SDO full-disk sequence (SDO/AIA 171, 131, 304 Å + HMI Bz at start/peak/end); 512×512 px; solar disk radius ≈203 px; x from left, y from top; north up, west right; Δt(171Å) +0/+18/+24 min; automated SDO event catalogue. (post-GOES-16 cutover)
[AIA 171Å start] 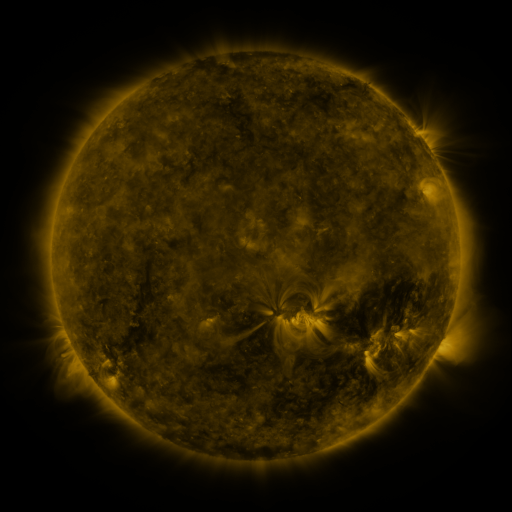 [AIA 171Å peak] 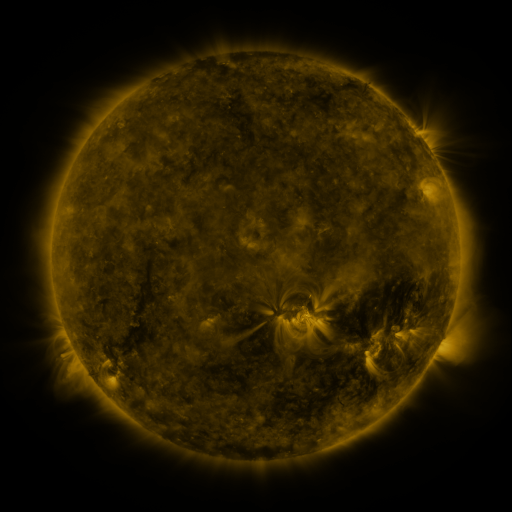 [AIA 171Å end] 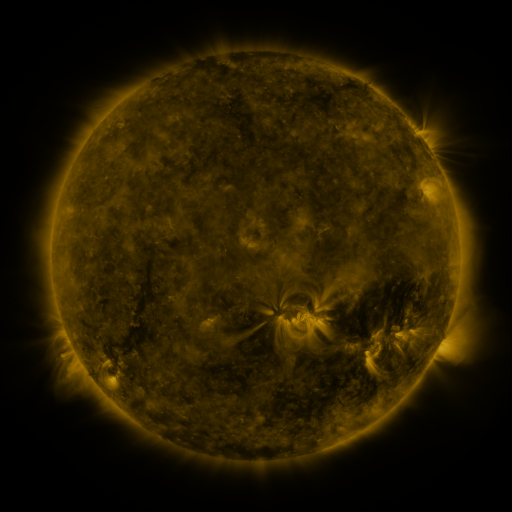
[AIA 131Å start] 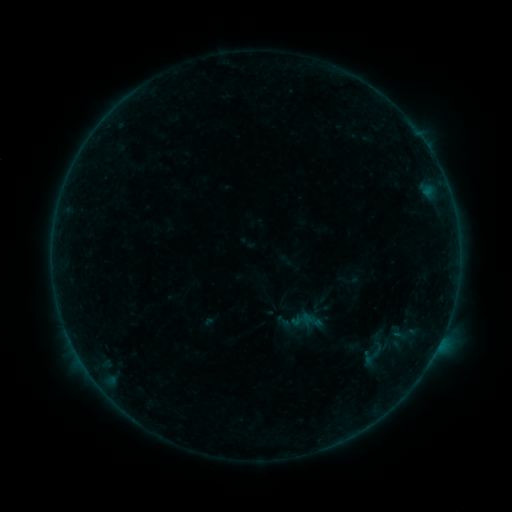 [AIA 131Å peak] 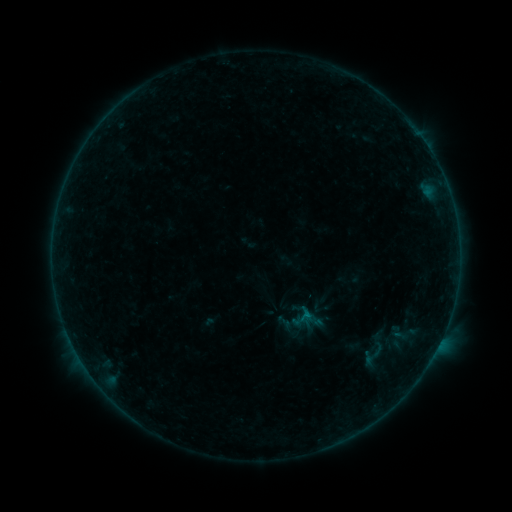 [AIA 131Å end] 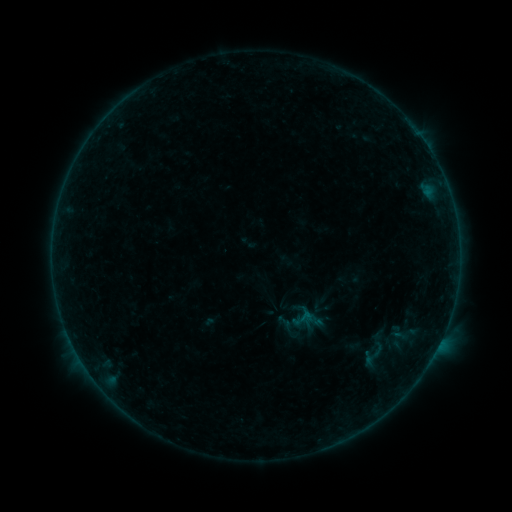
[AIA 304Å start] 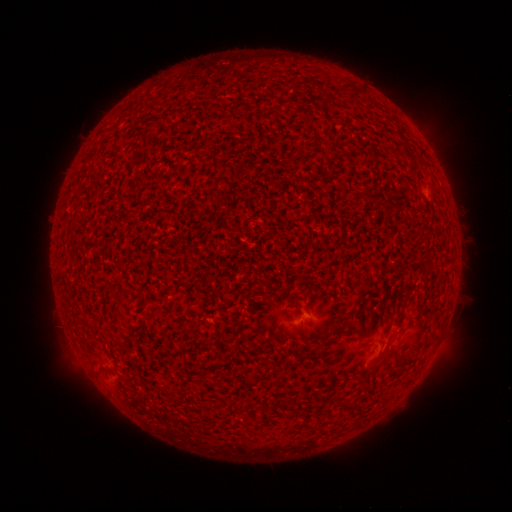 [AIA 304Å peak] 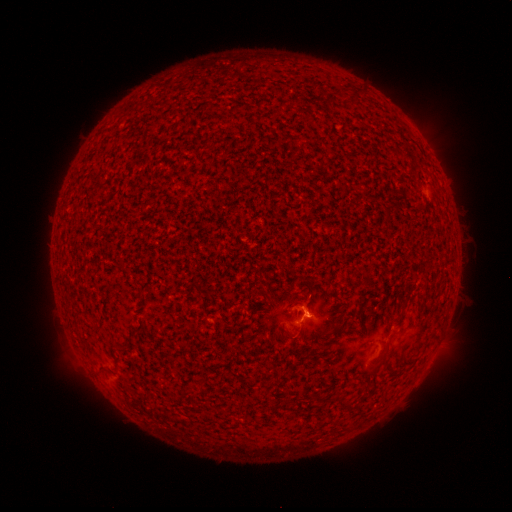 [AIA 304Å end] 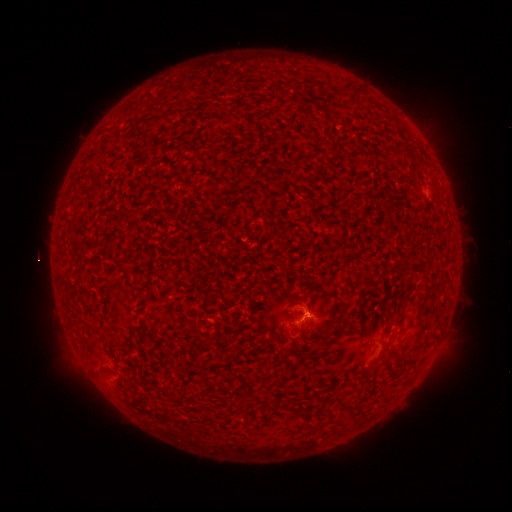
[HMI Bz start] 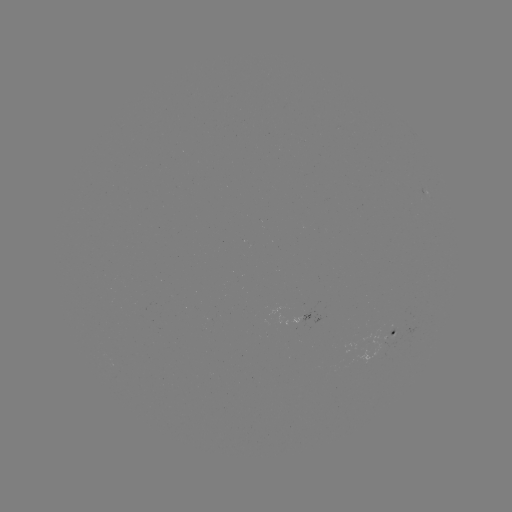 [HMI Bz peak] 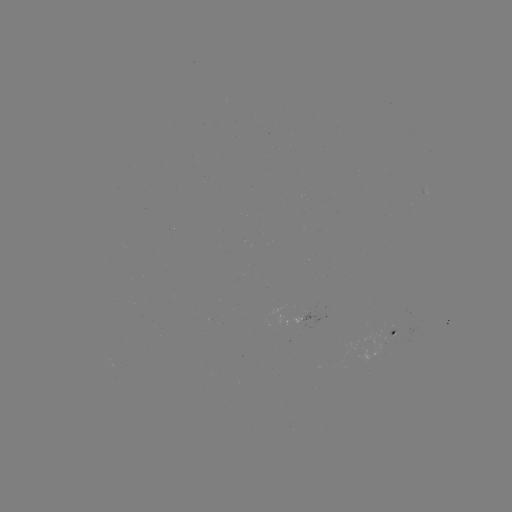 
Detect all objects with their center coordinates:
B1.7 flare: (306, 314)
